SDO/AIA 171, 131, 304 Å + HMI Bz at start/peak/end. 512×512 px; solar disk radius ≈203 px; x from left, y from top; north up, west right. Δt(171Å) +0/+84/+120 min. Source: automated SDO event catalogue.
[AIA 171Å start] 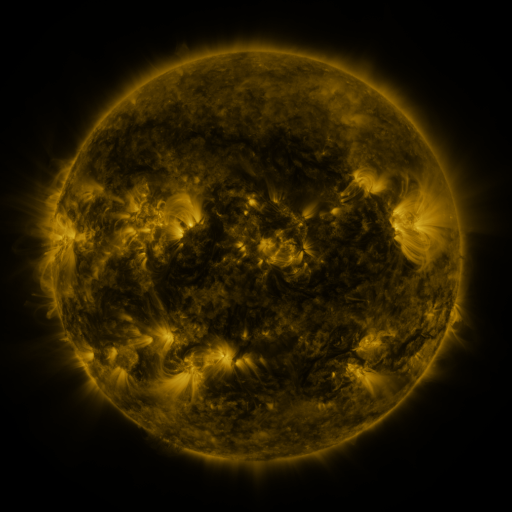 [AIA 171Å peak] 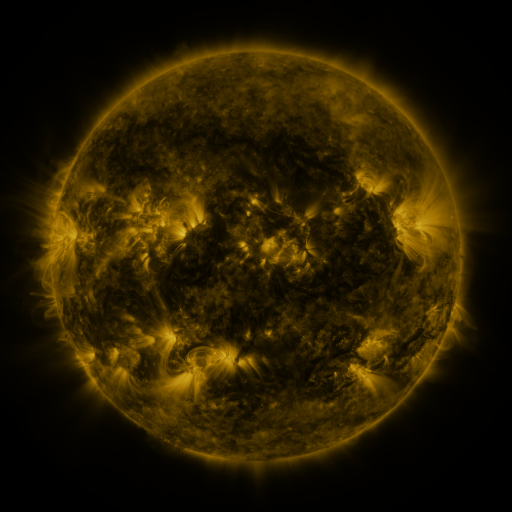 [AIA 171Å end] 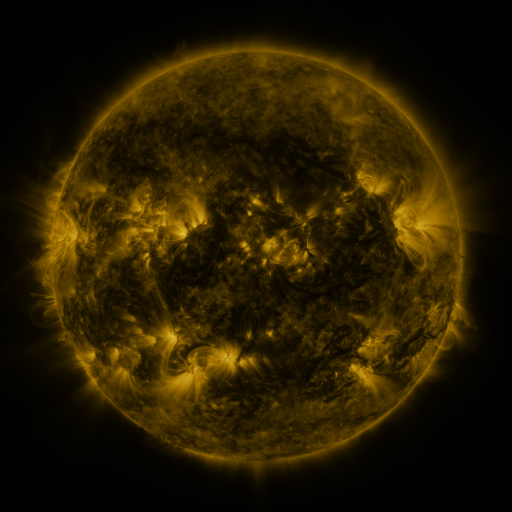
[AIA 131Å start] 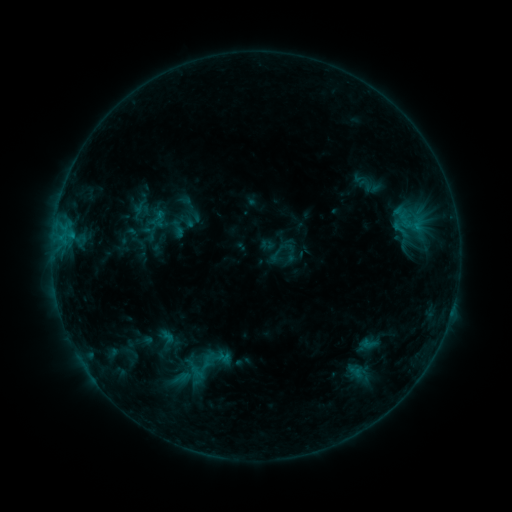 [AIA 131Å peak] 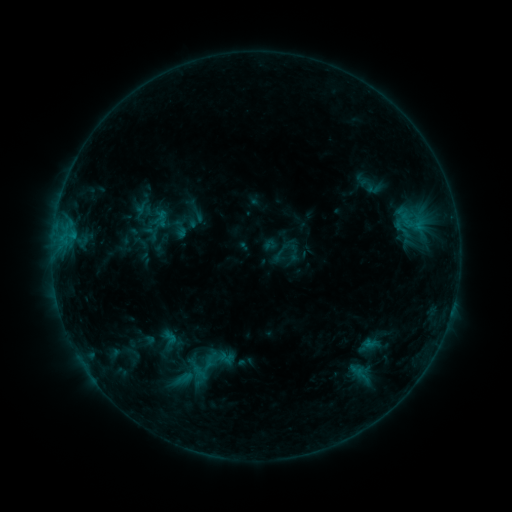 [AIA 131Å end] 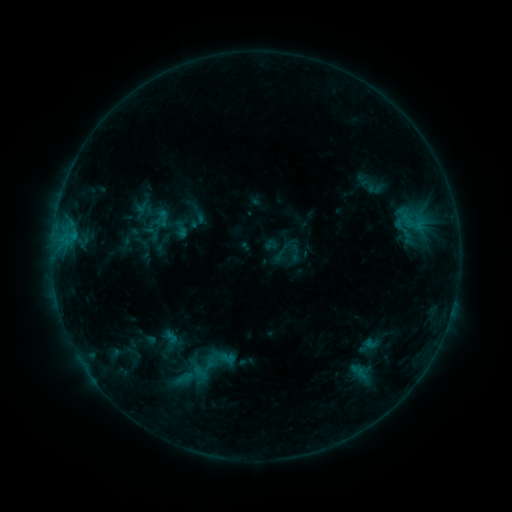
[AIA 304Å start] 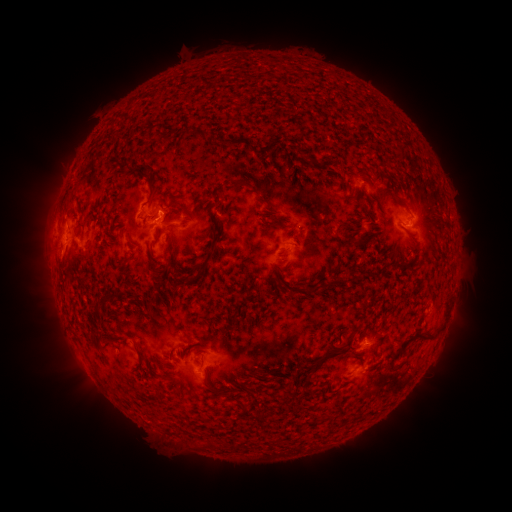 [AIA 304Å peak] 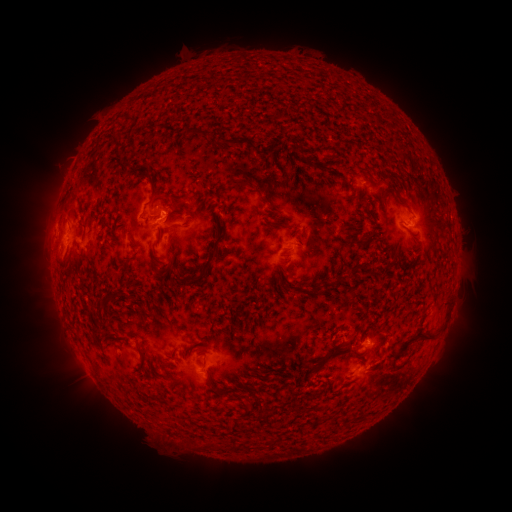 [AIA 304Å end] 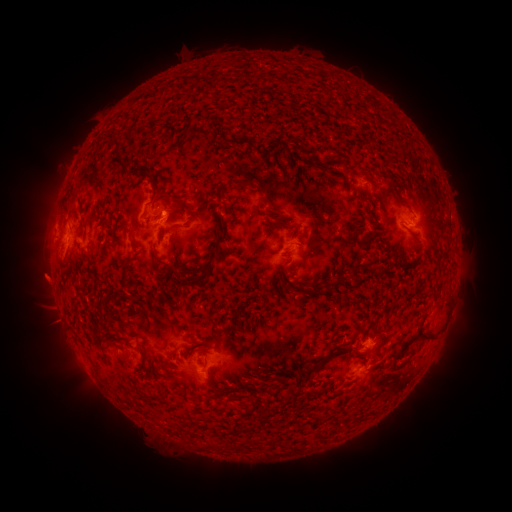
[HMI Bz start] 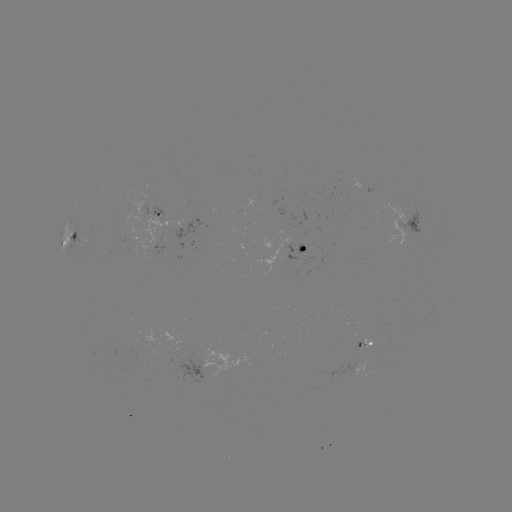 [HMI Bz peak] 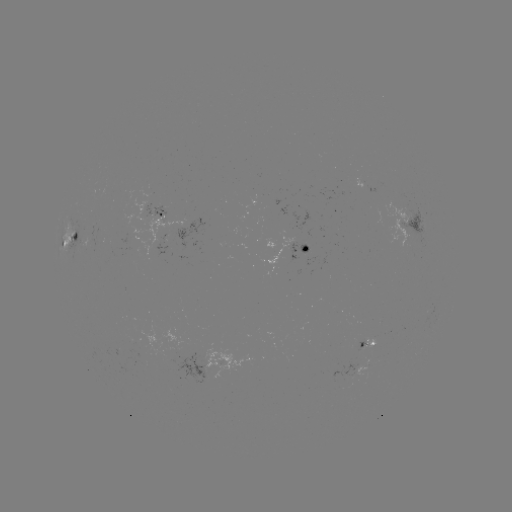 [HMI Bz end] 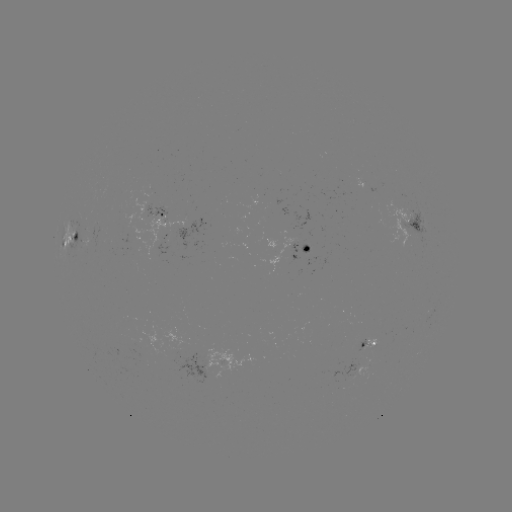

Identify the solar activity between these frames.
emerging-flux region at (151, 220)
